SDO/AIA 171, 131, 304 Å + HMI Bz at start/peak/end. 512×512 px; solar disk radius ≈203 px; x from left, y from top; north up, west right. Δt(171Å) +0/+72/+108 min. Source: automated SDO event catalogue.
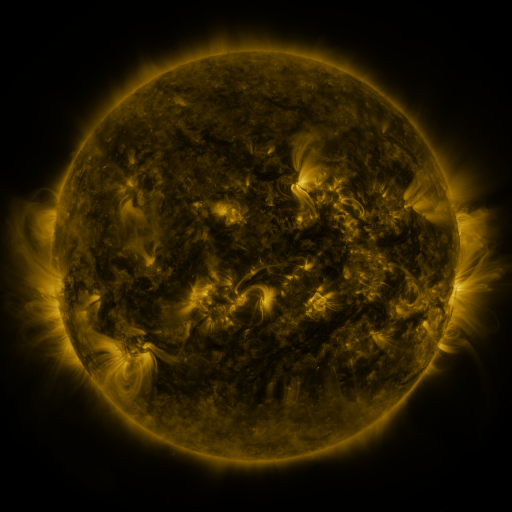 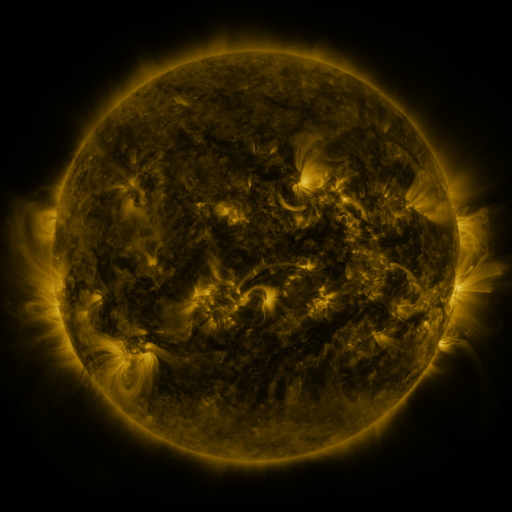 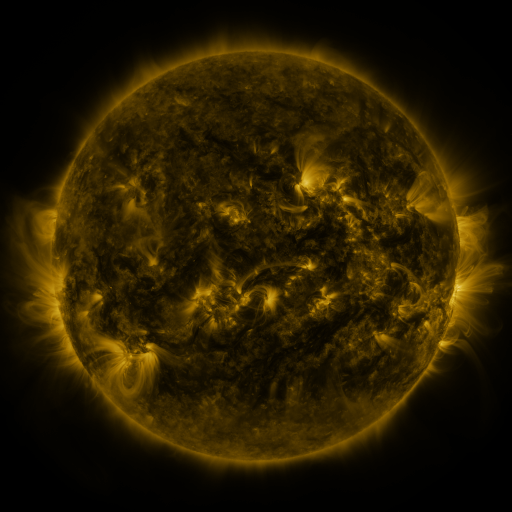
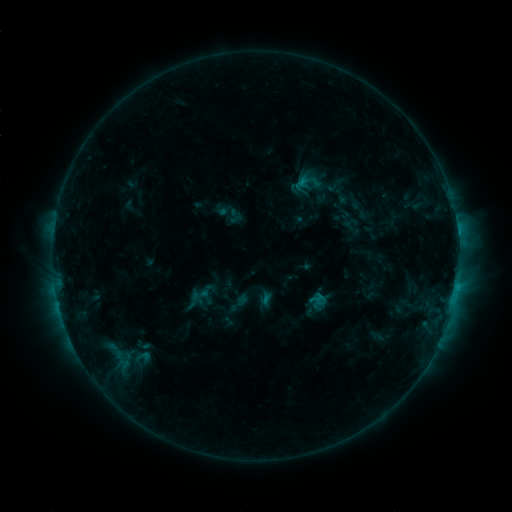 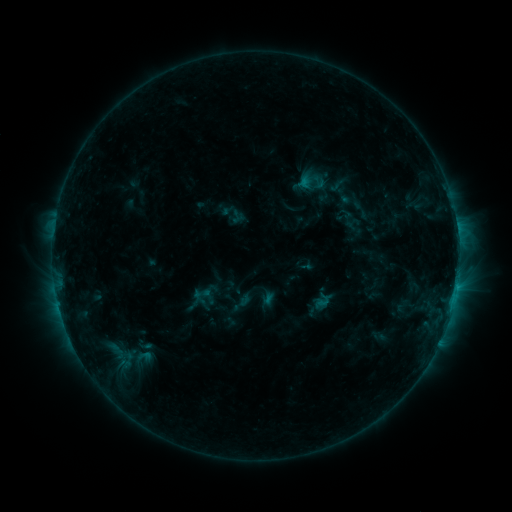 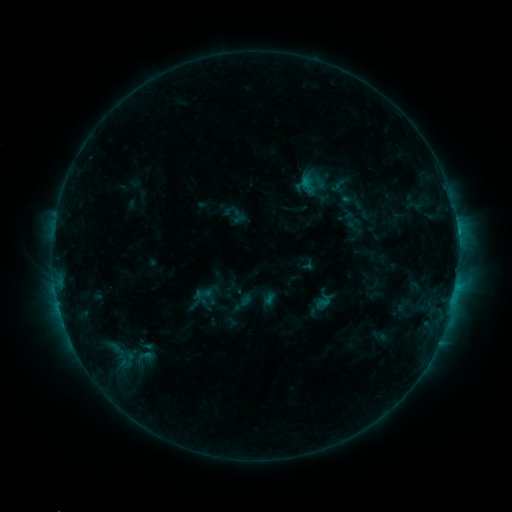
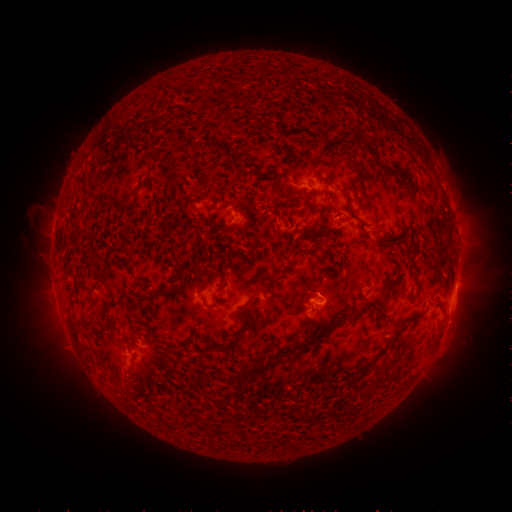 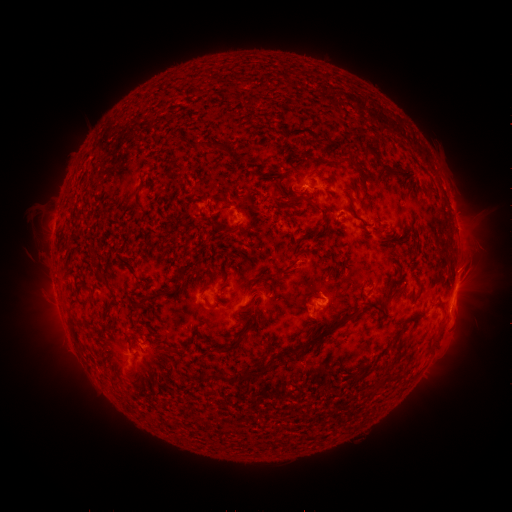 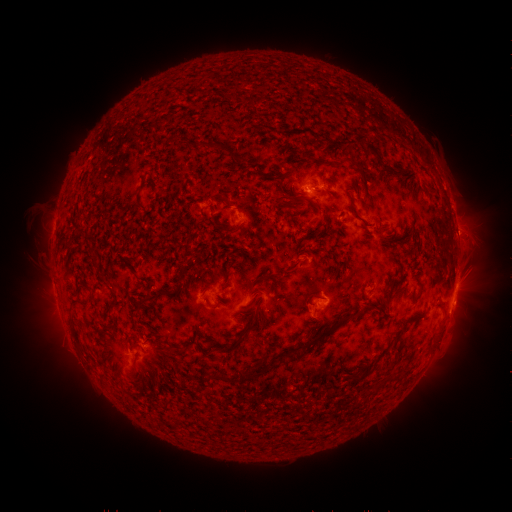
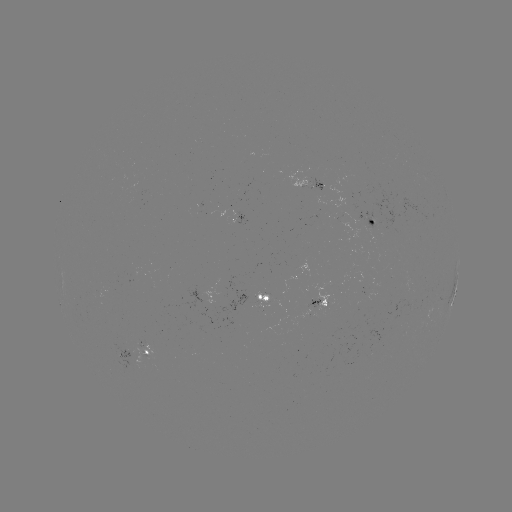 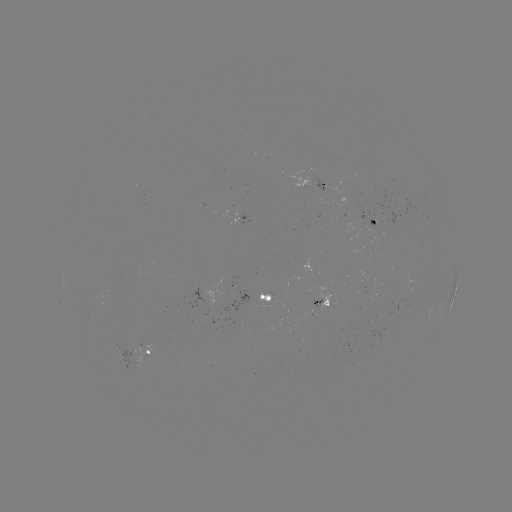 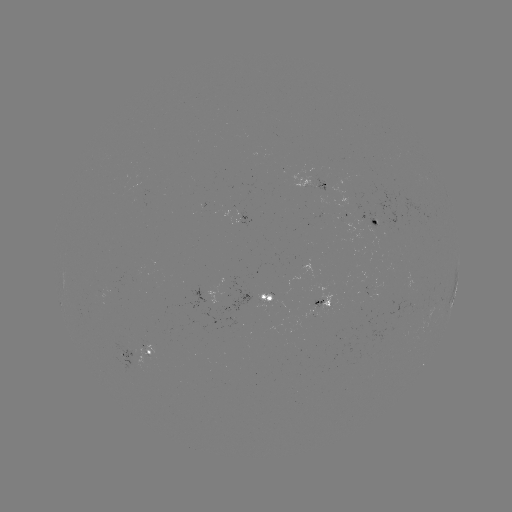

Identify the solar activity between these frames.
emerging-flux region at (358, 223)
